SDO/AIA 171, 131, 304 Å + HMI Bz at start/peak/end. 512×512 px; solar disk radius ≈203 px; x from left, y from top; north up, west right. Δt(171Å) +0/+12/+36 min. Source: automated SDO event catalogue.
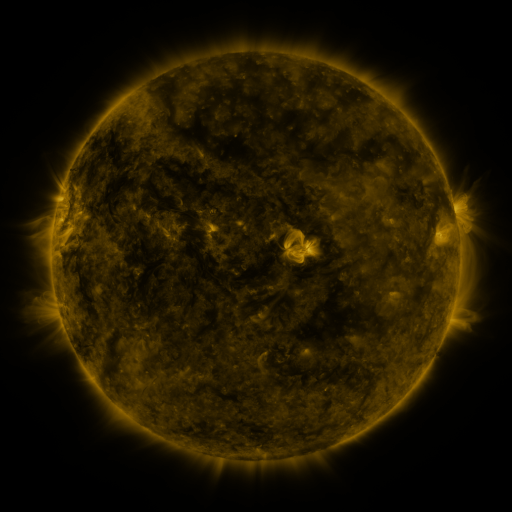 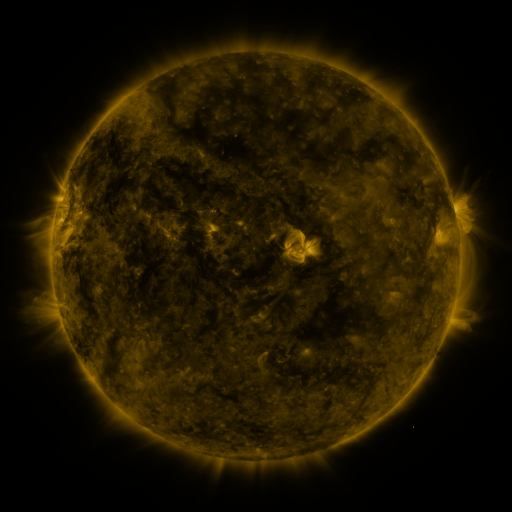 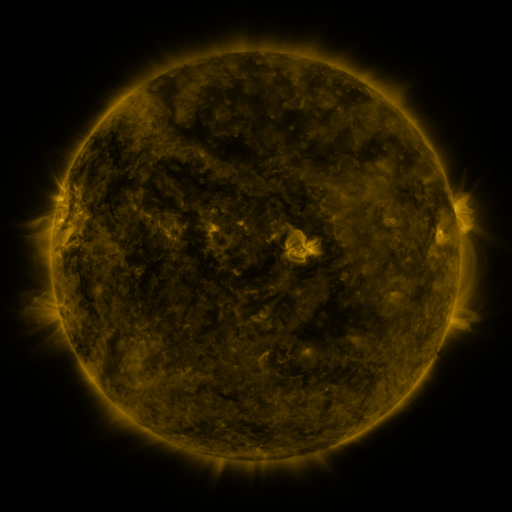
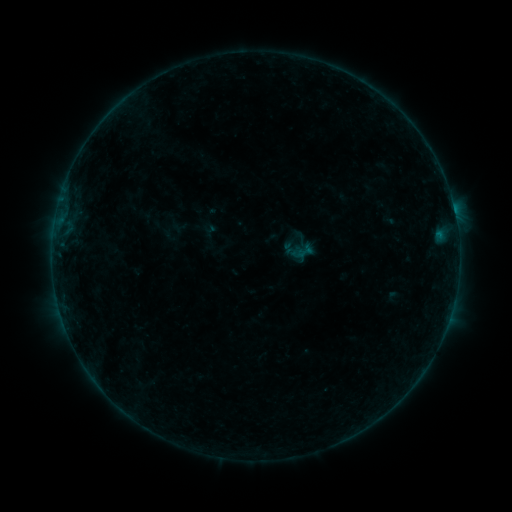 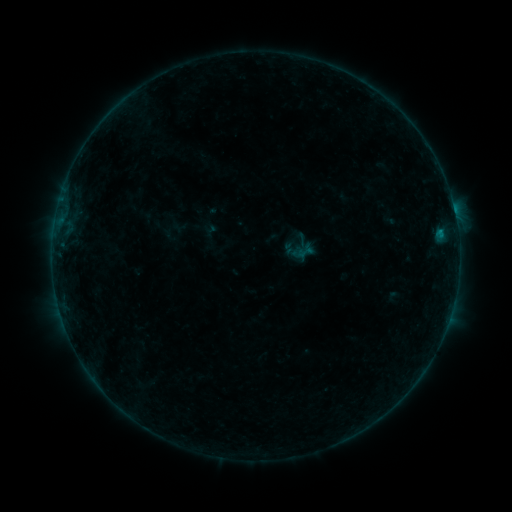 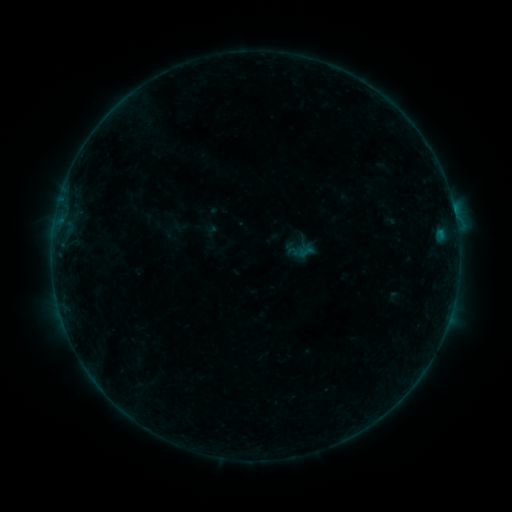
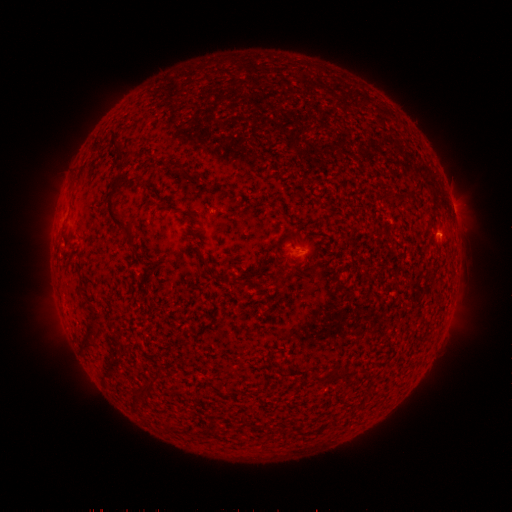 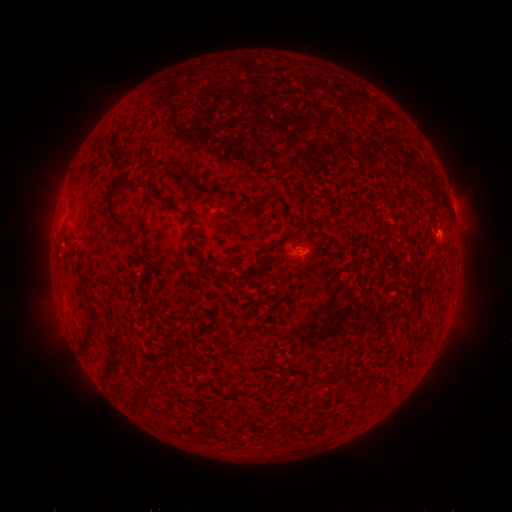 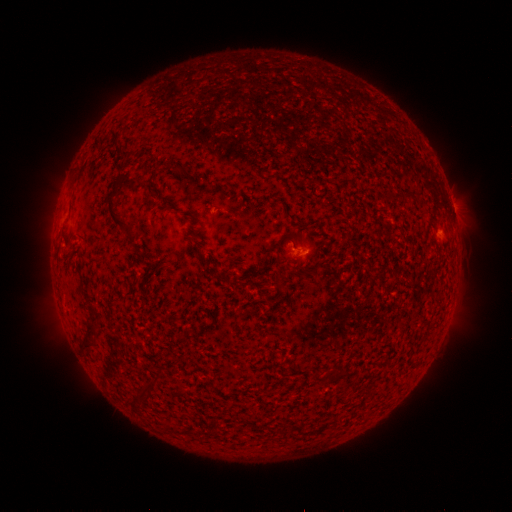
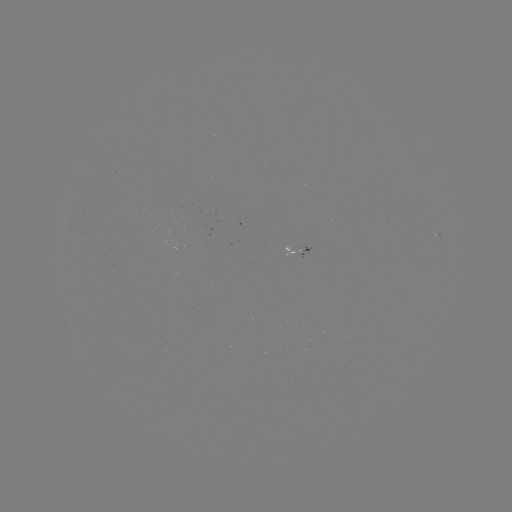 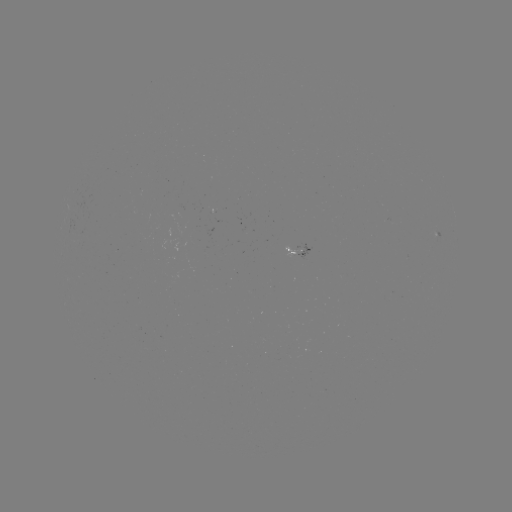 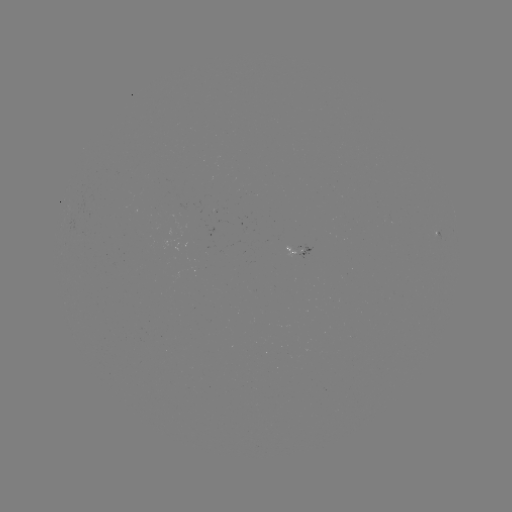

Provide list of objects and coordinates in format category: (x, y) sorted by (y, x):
B2.6 flare: (440, 234)
